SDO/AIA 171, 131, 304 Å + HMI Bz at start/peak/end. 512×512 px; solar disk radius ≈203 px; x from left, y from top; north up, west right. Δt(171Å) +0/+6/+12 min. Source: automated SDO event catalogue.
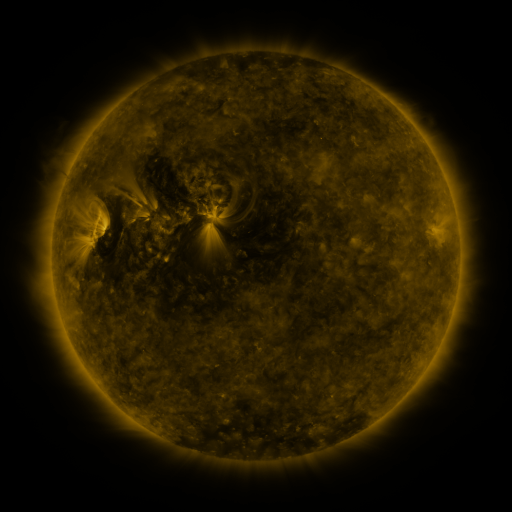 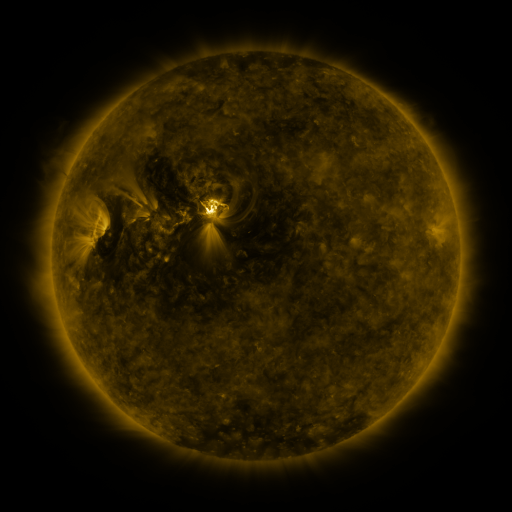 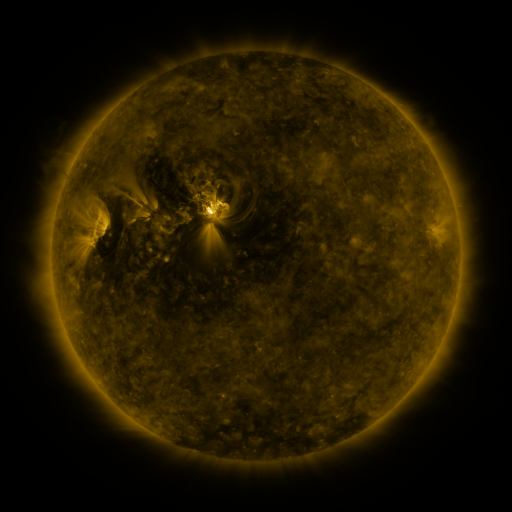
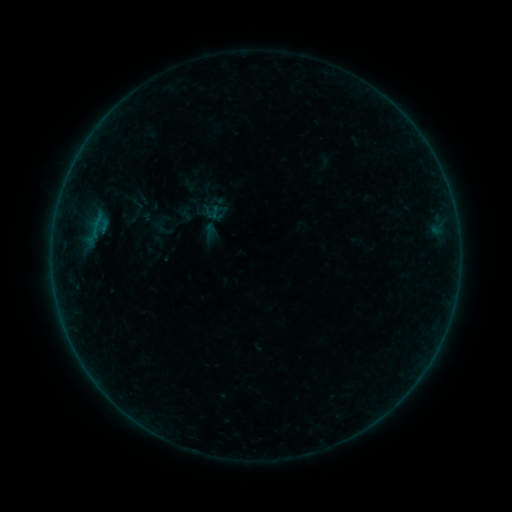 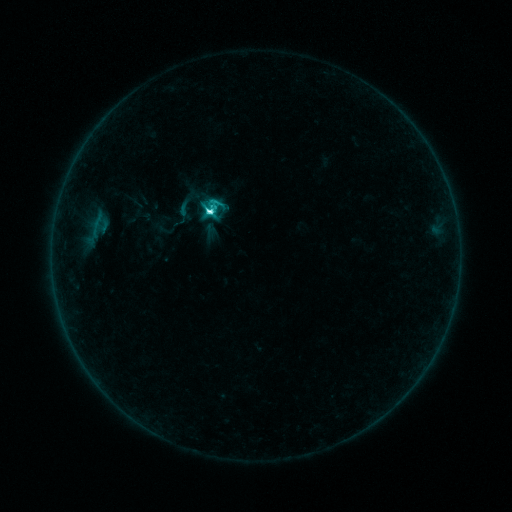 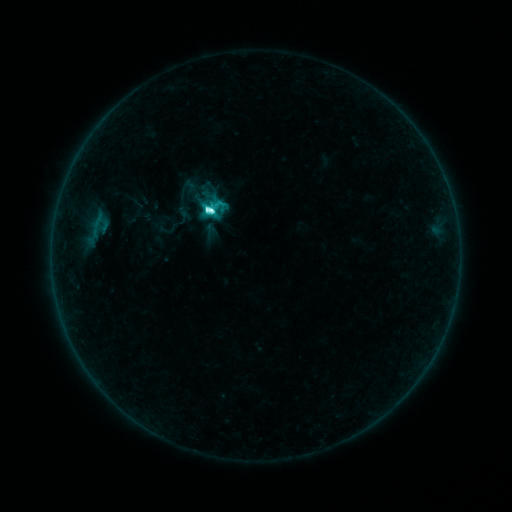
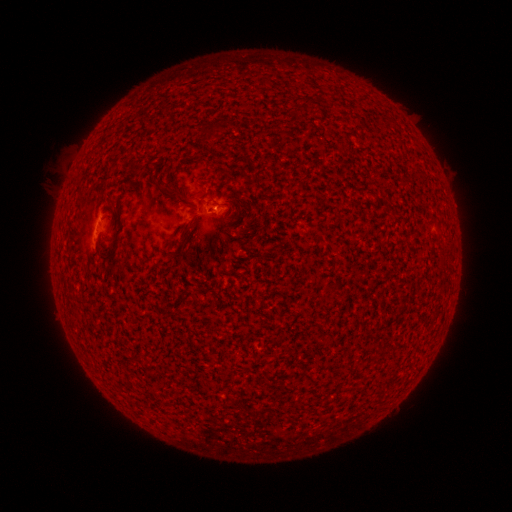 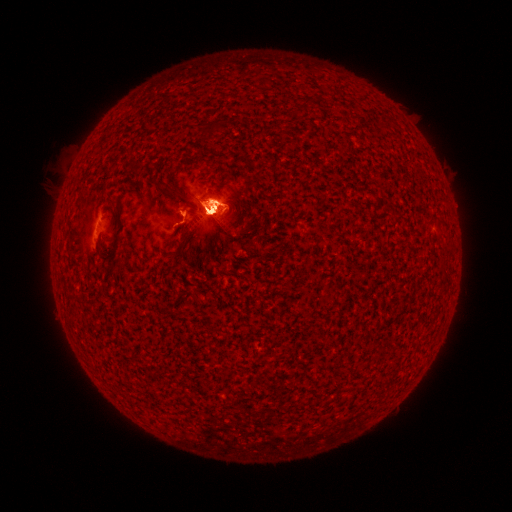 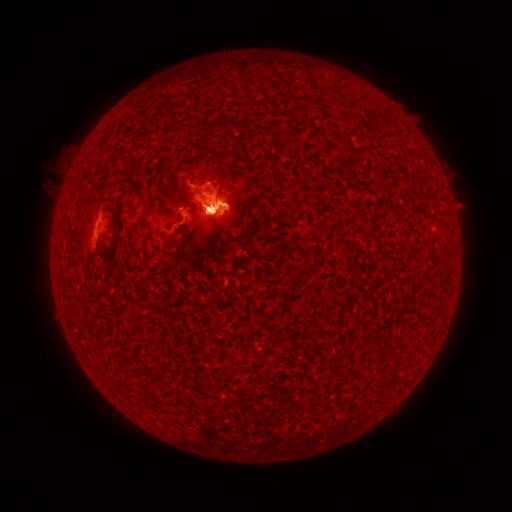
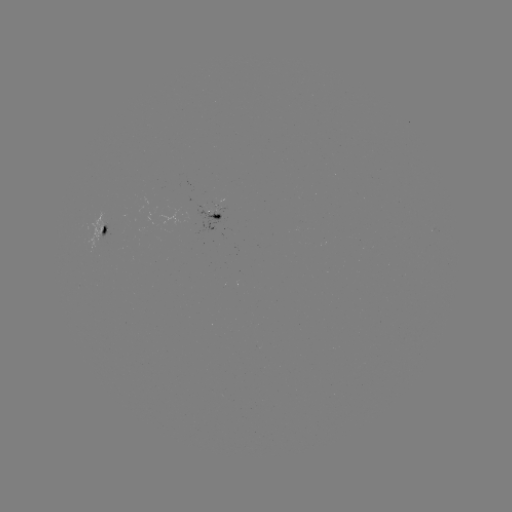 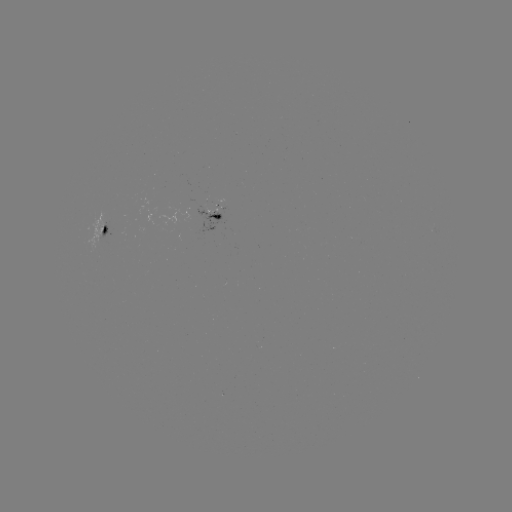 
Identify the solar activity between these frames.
C6.7 flare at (210, 212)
